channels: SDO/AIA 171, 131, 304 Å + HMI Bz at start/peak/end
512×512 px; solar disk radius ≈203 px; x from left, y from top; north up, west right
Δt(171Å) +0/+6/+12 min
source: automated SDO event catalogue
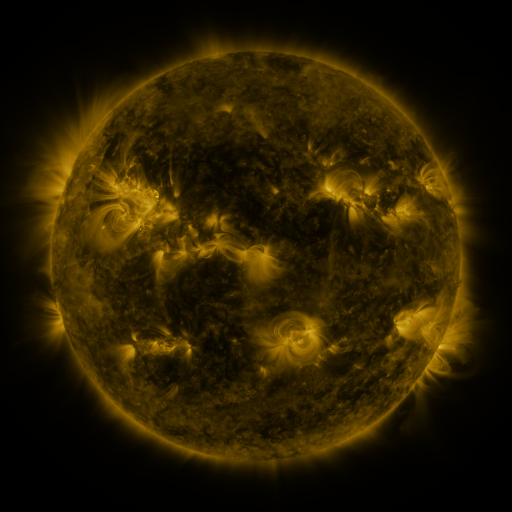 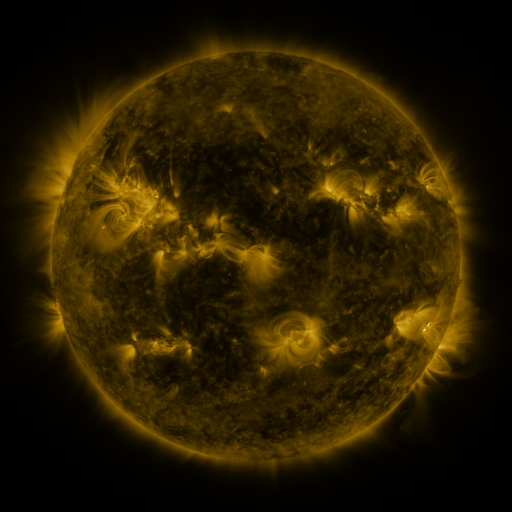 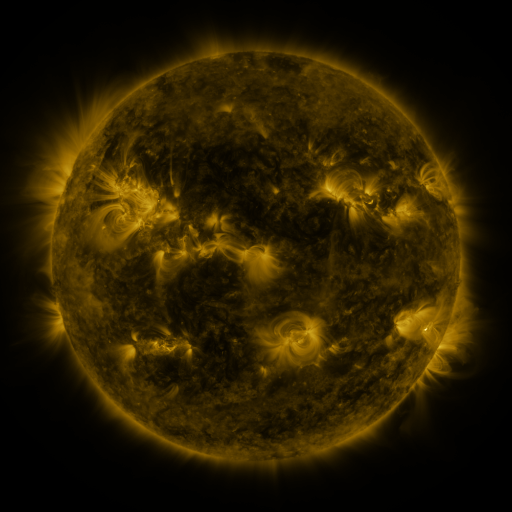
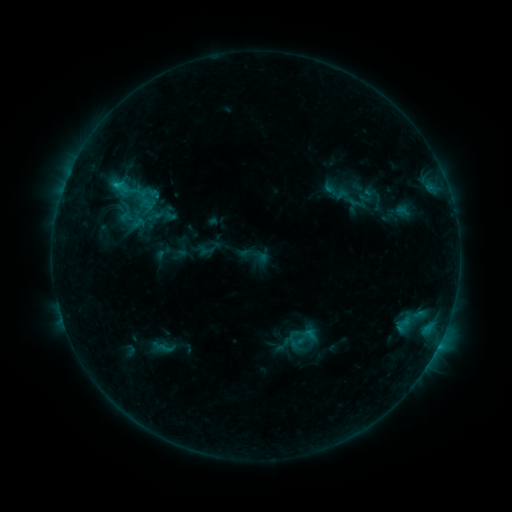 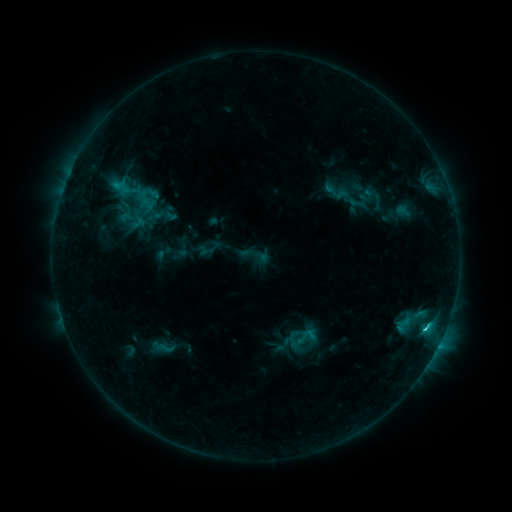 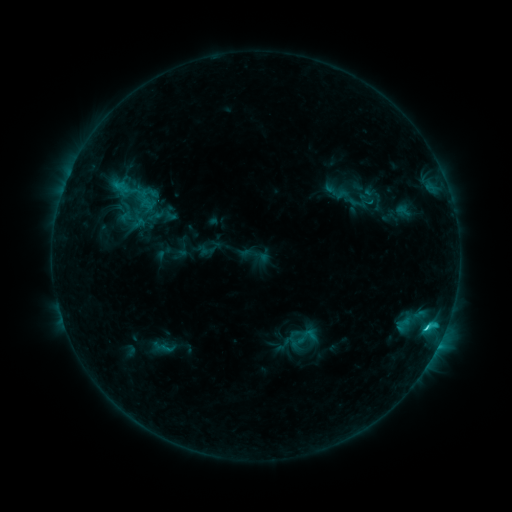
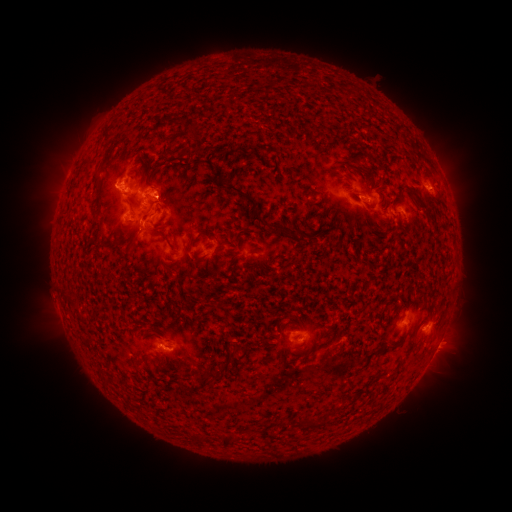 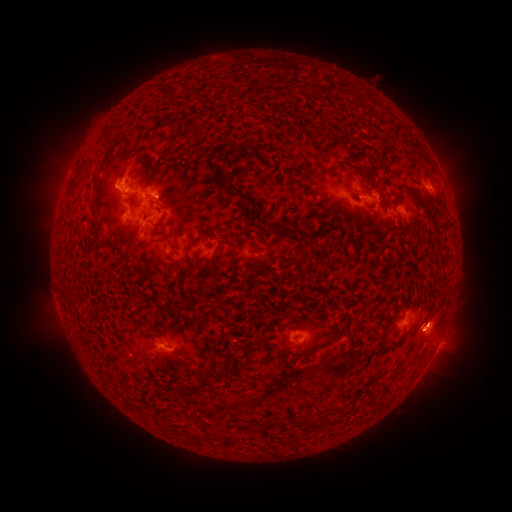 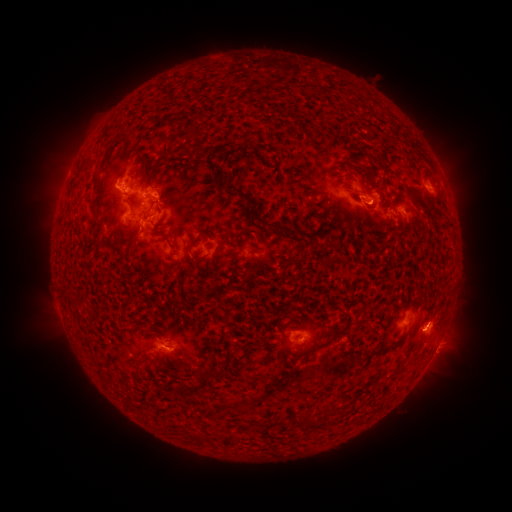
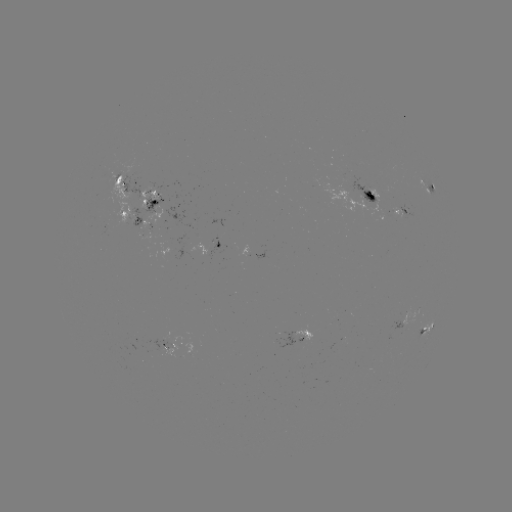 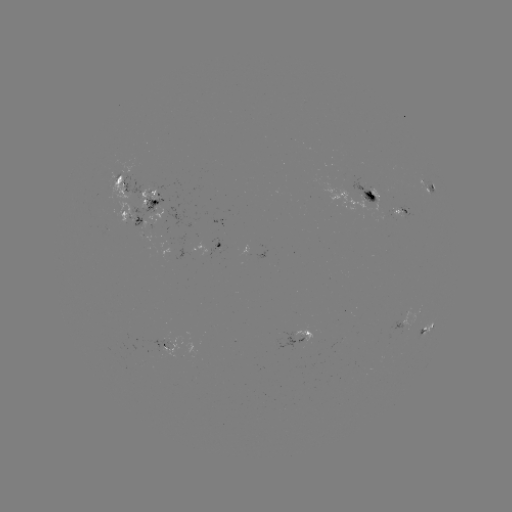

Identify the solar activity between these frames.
C2.6 flare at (424, 327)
